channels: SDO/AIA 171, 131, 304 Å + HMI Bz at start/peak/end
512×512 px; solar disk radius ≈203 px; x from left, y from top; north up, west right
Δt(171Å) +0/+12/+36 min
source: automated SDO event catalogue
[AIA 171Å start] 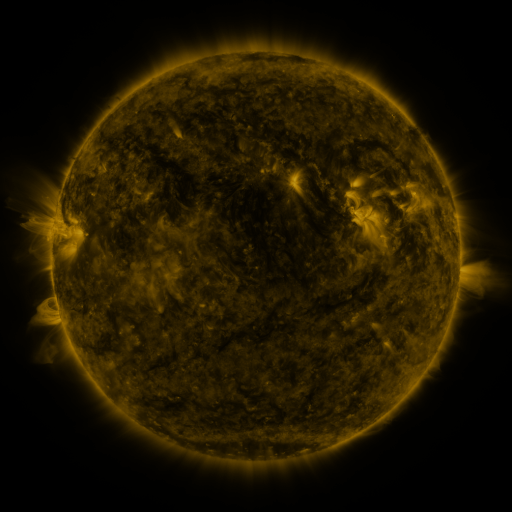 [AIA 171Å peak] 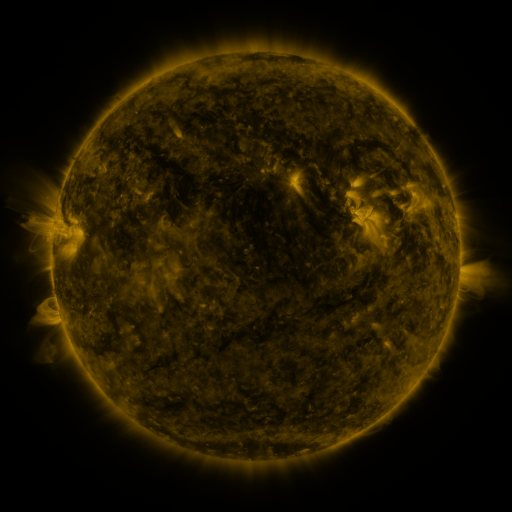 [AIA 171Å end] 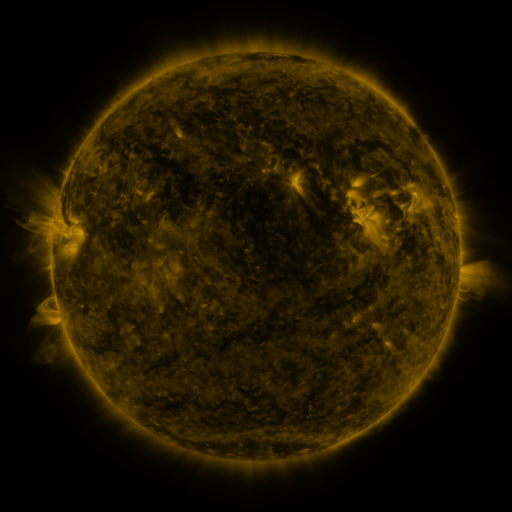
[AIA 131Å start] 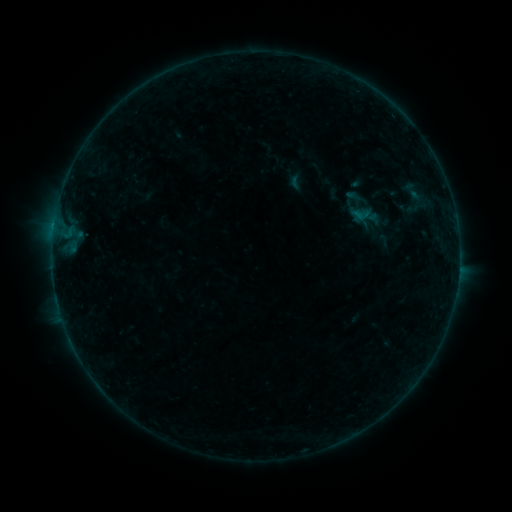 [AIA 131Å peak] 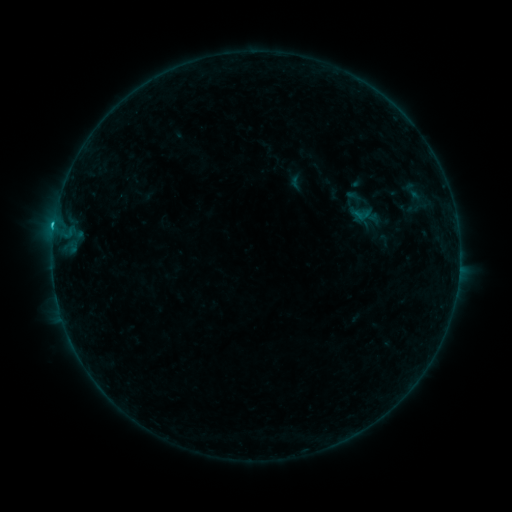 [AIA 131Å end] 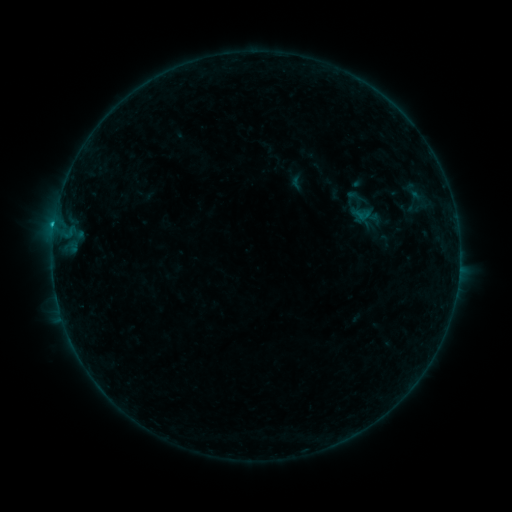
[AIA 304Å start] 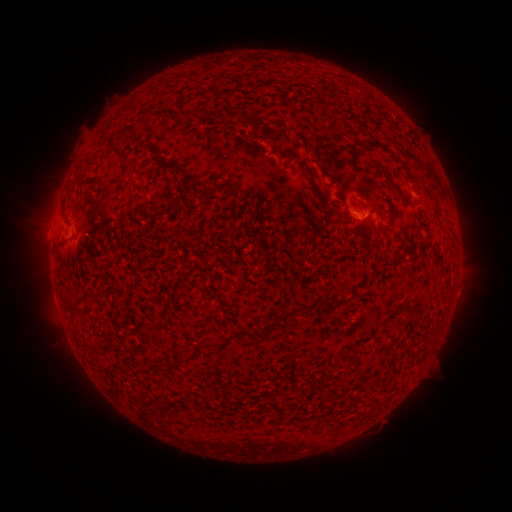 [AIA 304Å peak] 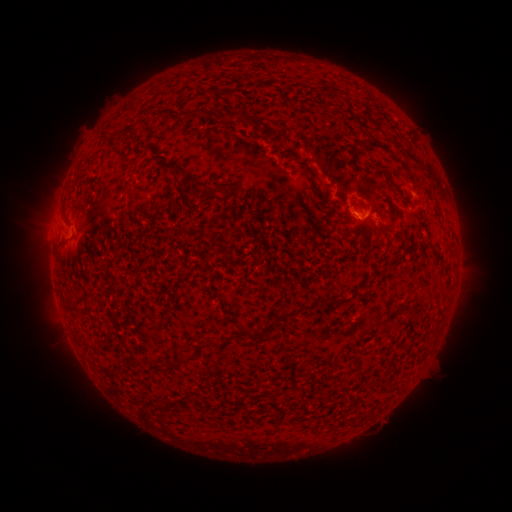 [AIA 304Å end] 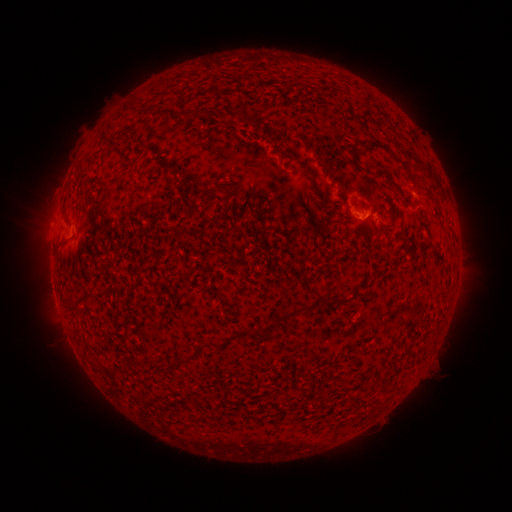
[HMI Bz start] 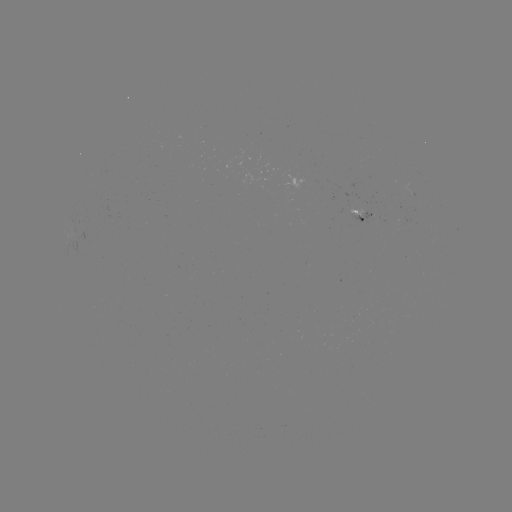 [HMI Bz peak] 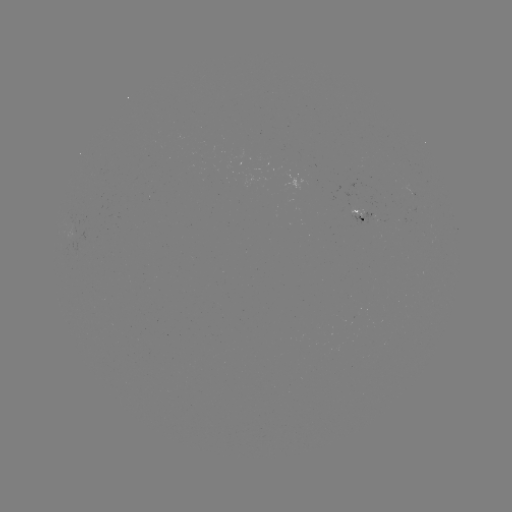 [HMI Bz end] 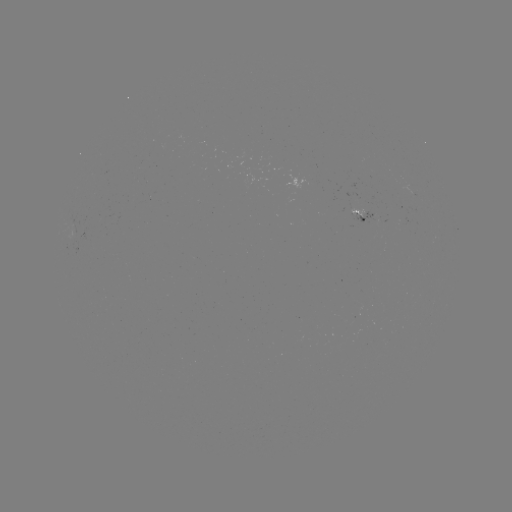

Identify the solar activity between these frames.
C1.4 flare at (54, 227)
